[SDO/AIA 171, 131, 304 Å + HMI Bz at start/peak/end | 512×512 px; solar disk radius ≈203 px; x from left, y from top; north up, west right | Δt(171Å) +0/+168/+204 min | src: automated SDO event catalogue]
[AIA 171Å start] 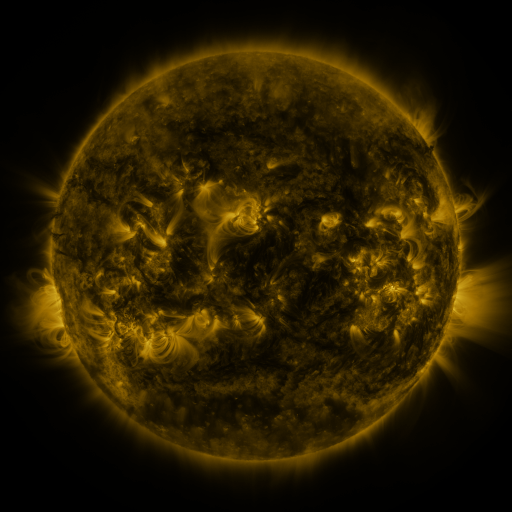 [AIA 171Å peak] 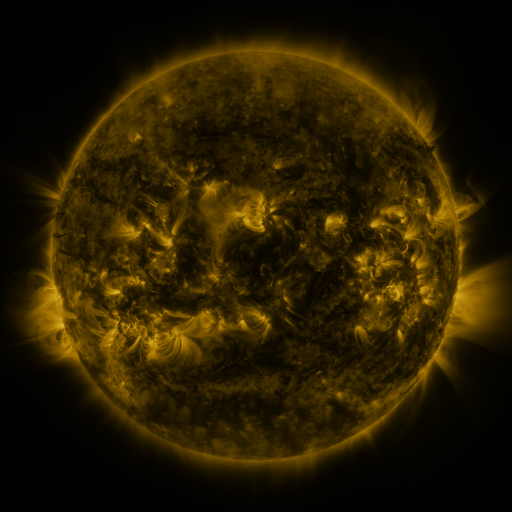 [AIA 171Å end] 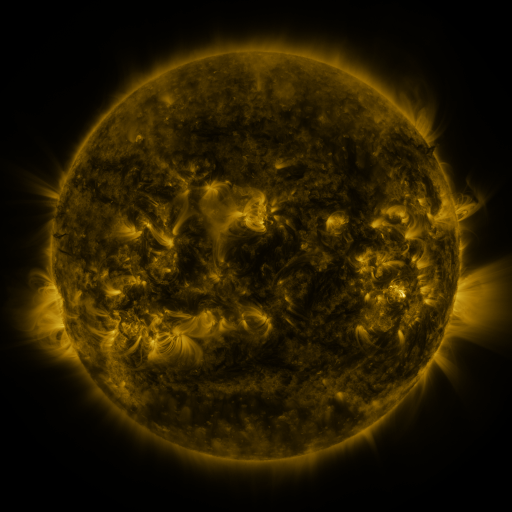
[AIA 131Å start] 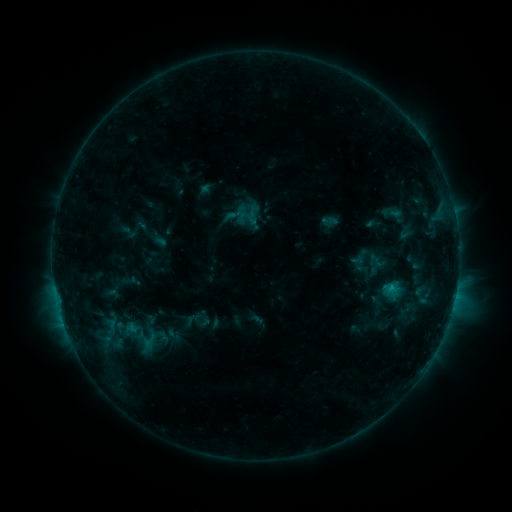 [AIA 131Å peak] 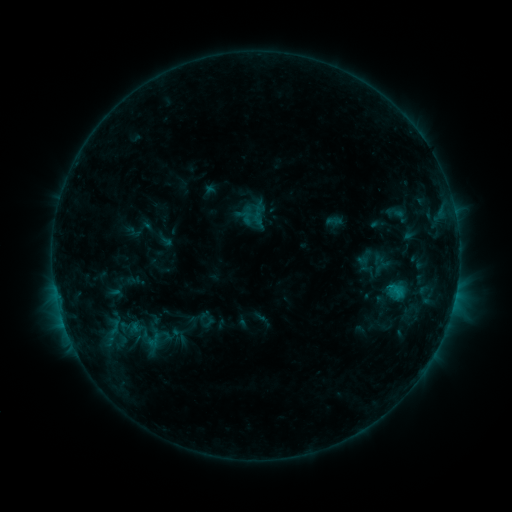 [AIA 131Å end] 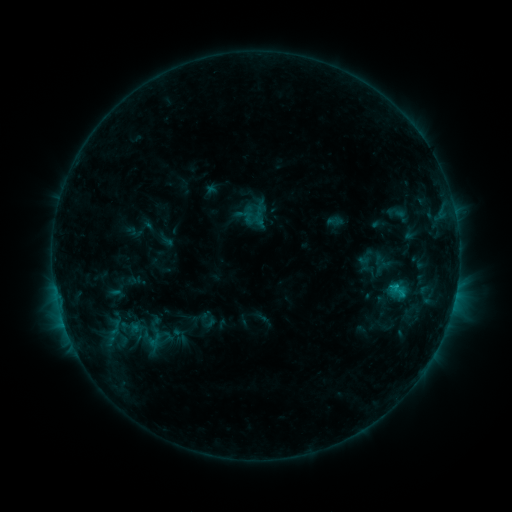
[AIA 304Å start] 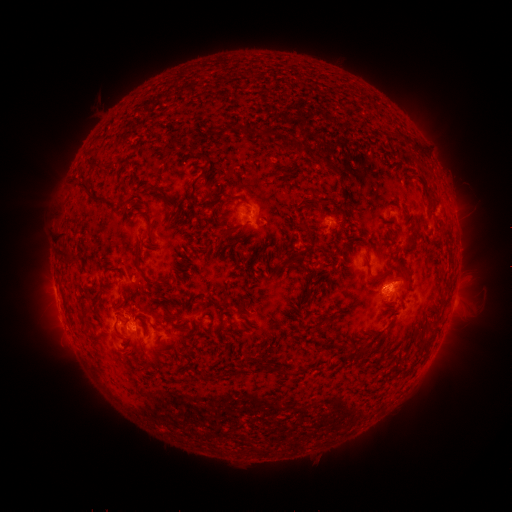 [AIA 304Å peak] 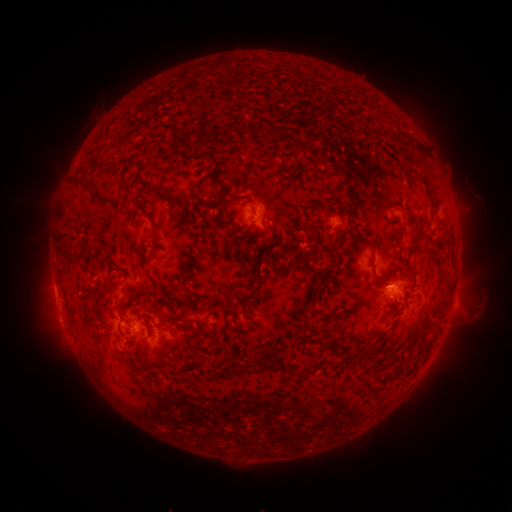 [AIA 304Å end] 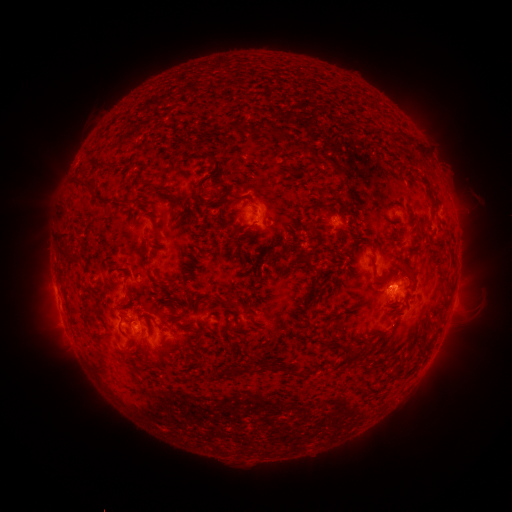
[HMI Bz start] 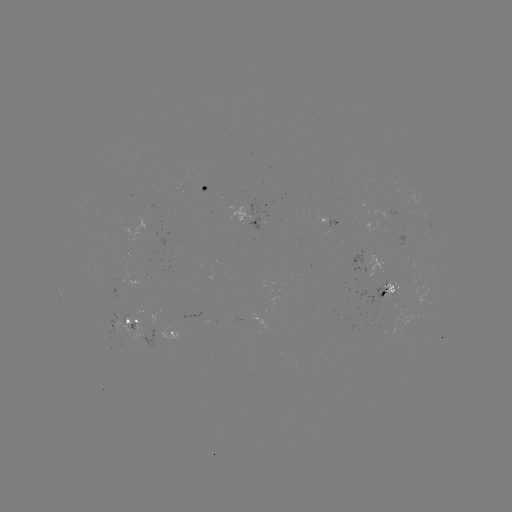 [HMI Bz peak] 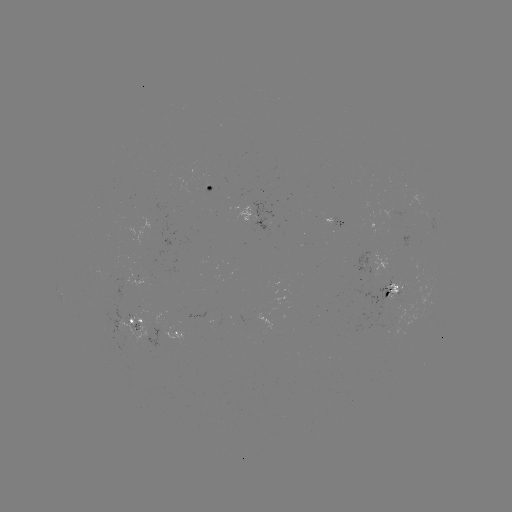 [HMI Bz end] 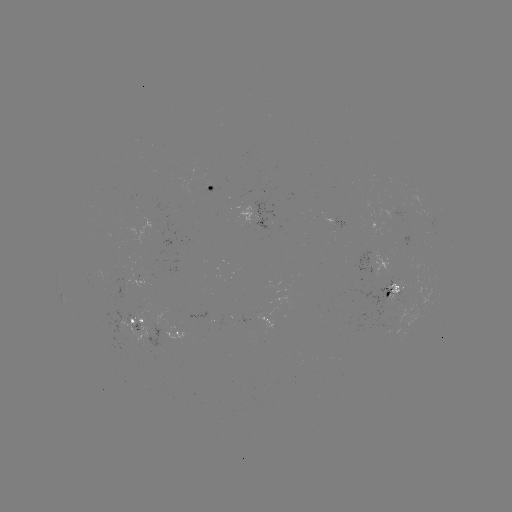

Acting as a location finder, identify emerging-flux region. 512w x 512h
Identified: (397, 292).